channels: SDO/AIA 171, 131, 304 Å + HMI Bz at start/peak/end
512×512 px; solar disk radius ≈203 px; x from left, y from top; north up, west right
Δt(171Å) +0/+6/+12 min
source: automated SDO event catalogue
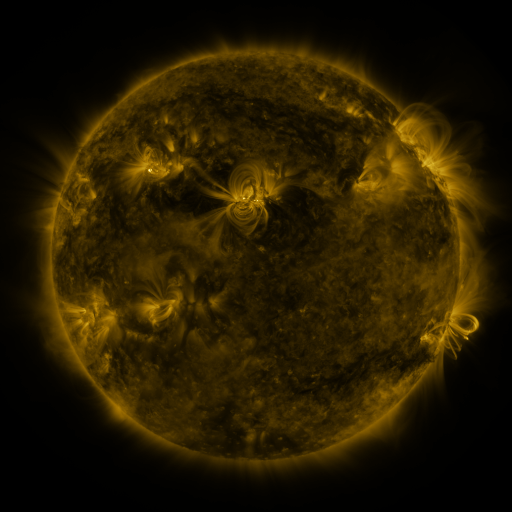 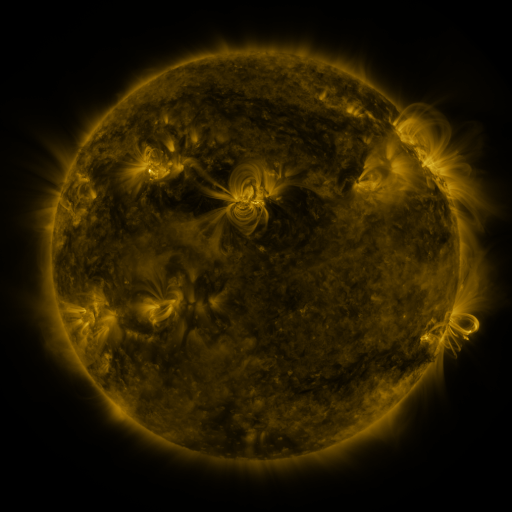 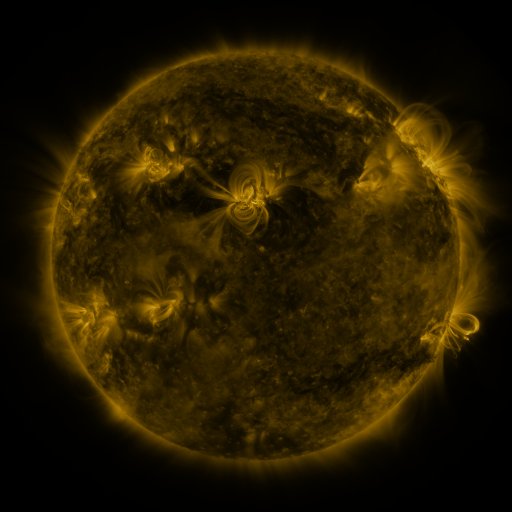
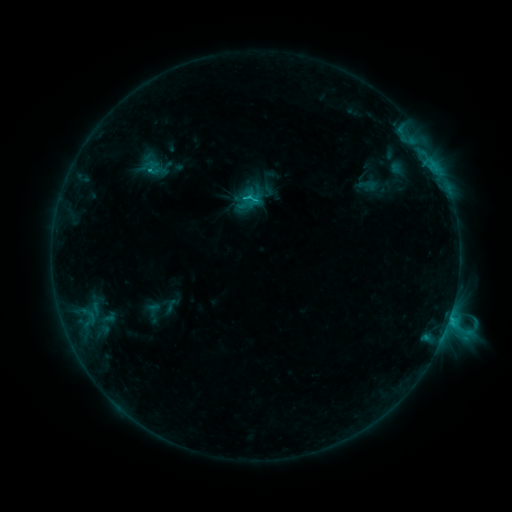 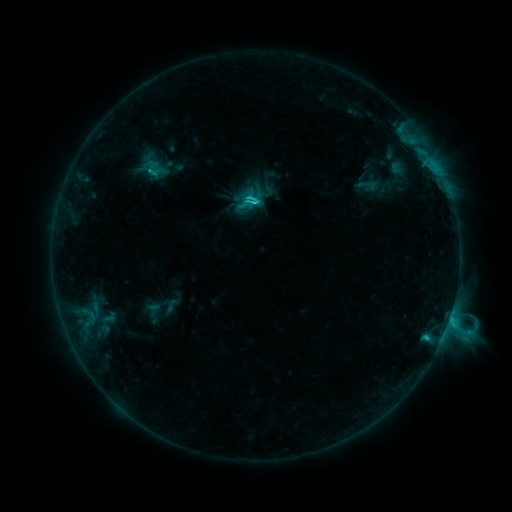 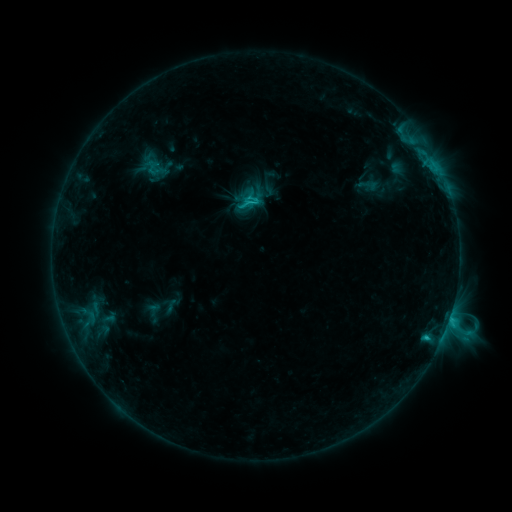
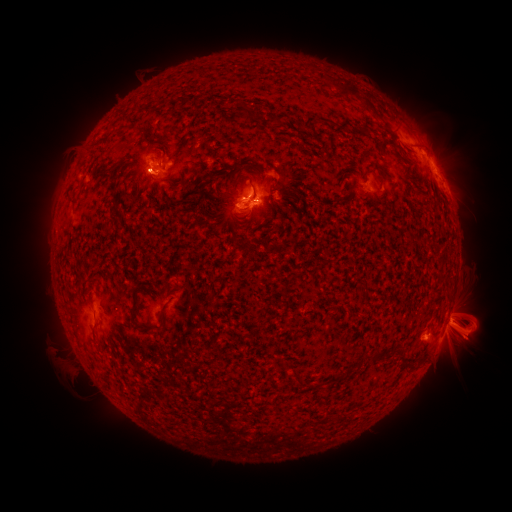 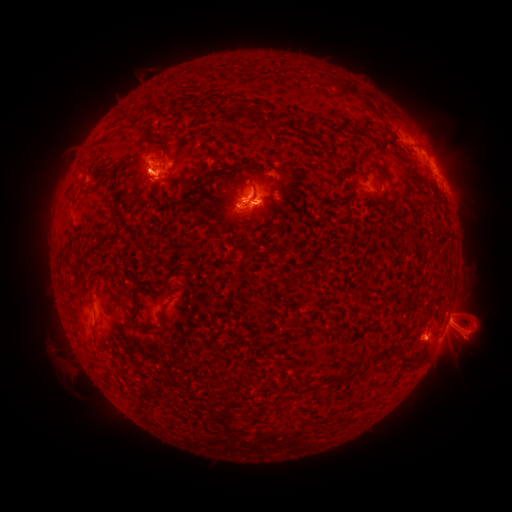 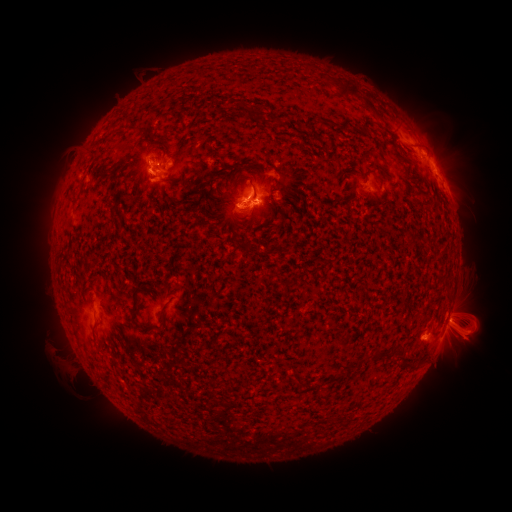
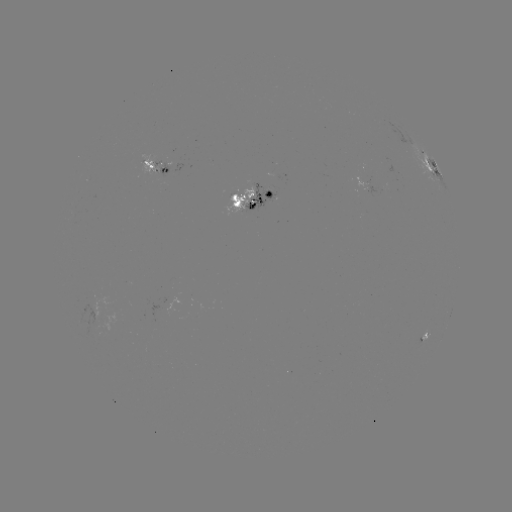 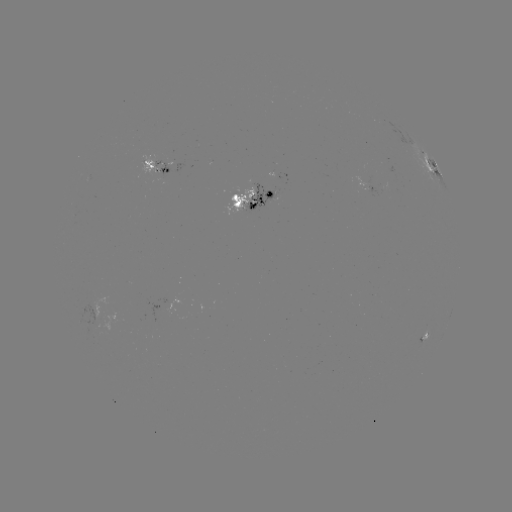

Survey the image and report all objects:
eruption: (68, 327)
